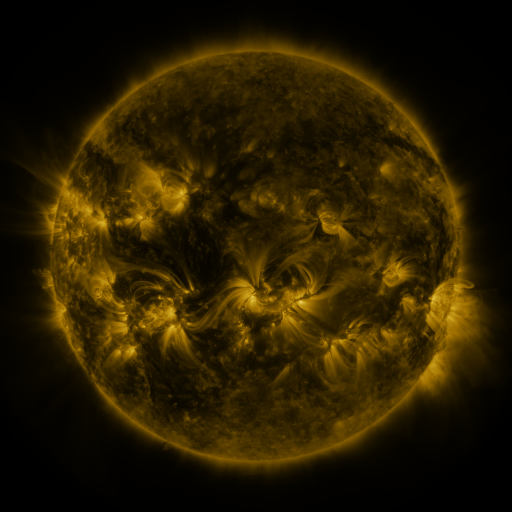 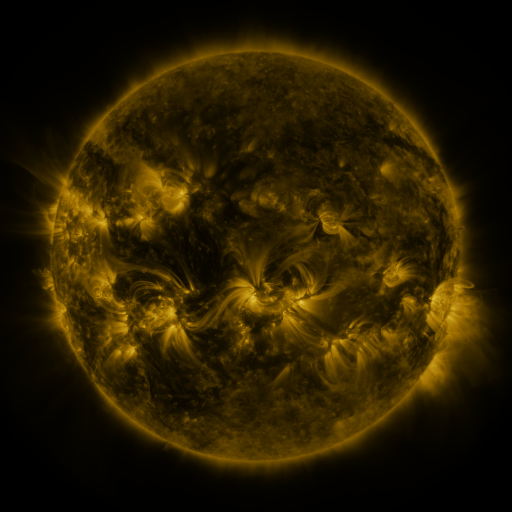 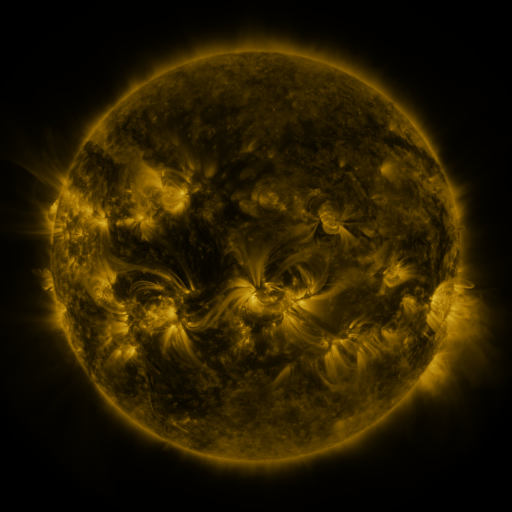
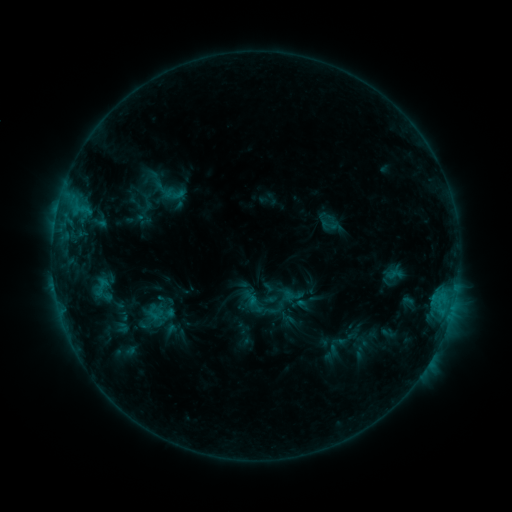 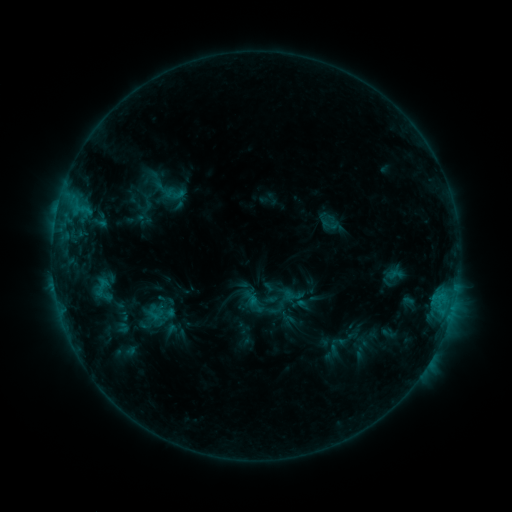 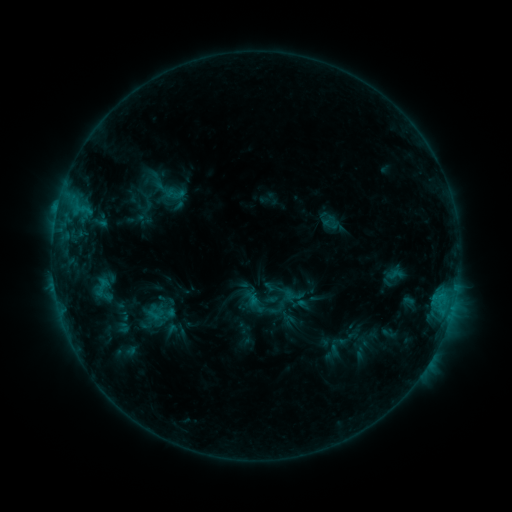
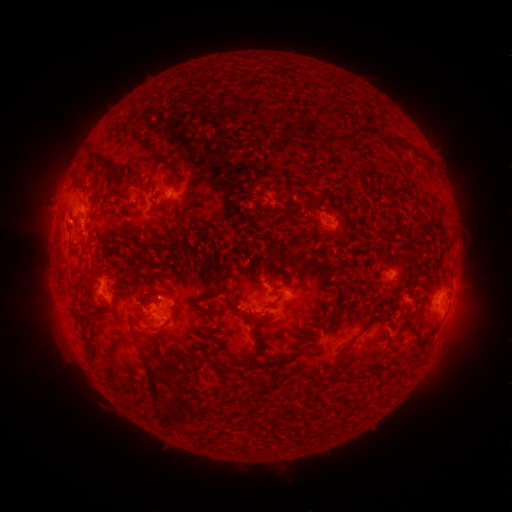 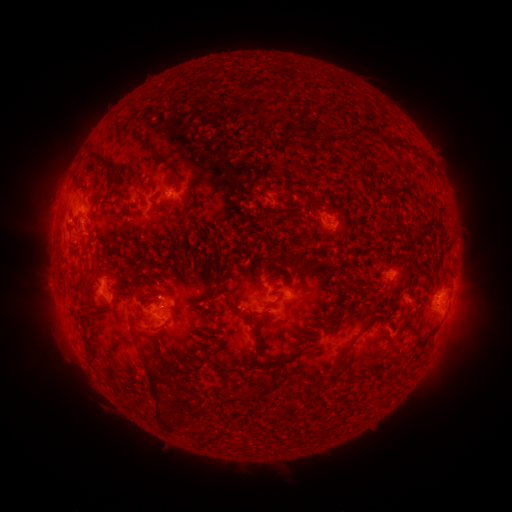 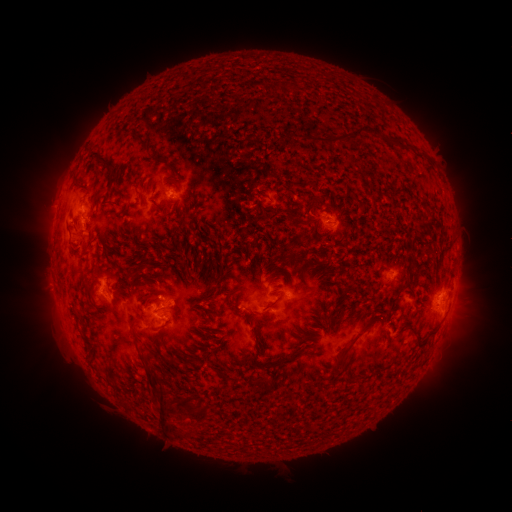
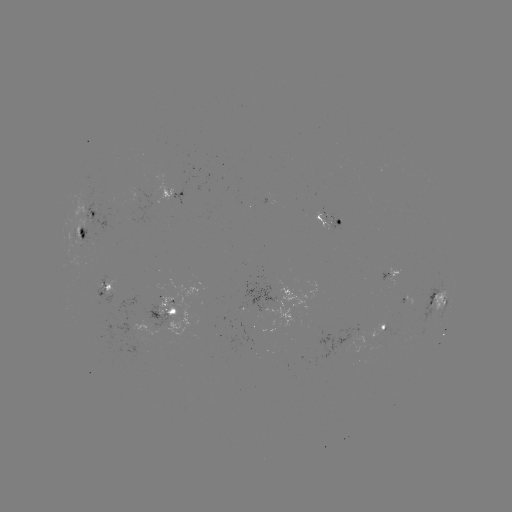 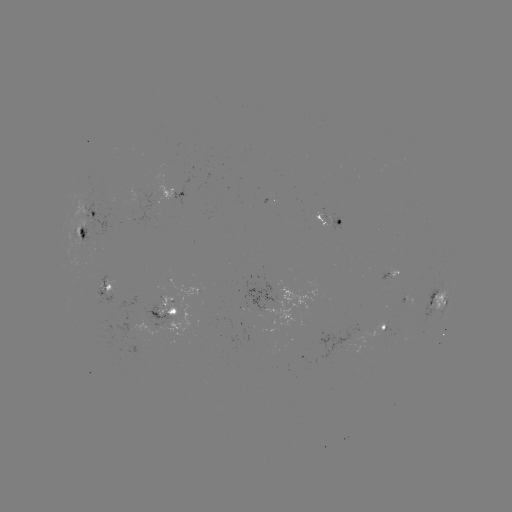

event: eruption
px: (171, 417)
